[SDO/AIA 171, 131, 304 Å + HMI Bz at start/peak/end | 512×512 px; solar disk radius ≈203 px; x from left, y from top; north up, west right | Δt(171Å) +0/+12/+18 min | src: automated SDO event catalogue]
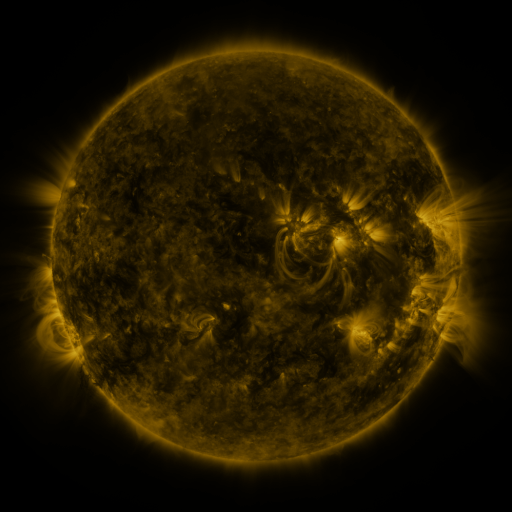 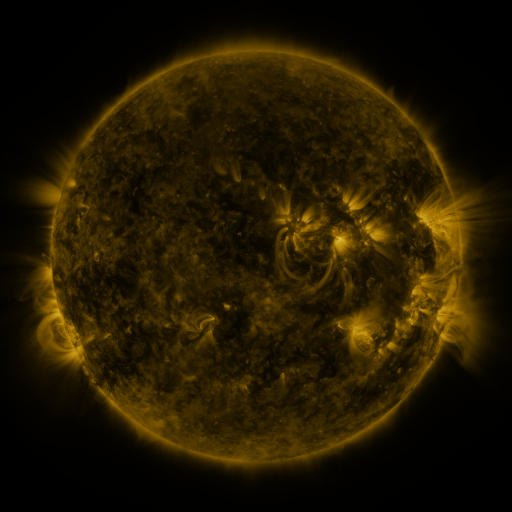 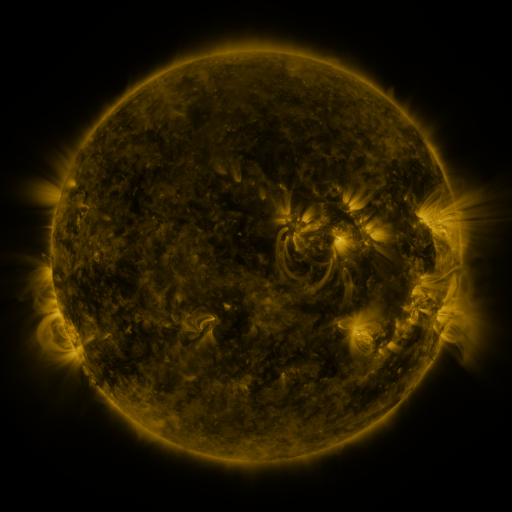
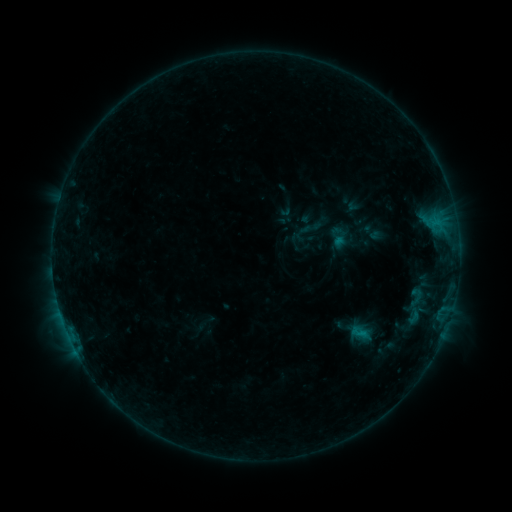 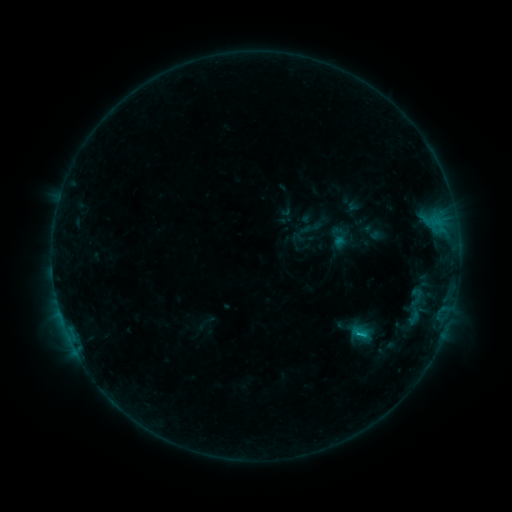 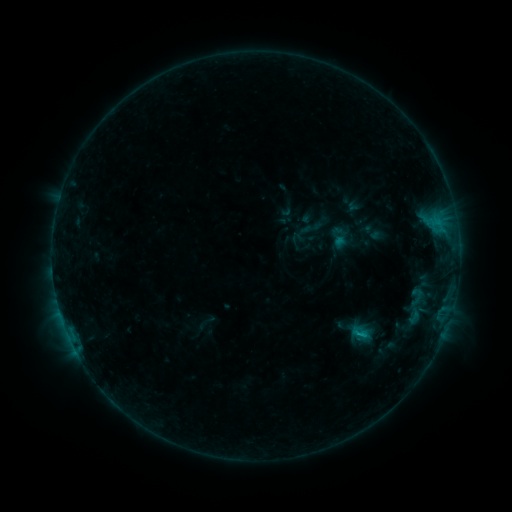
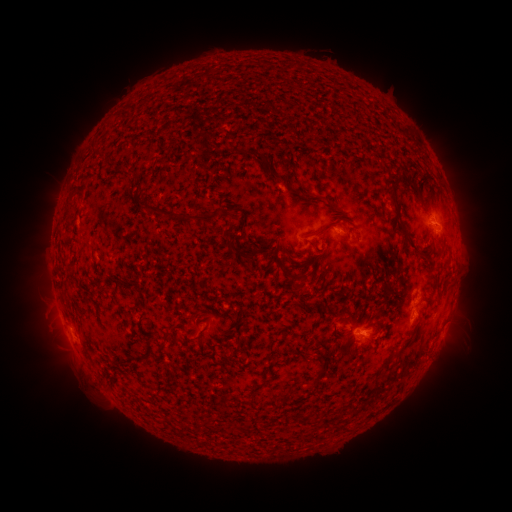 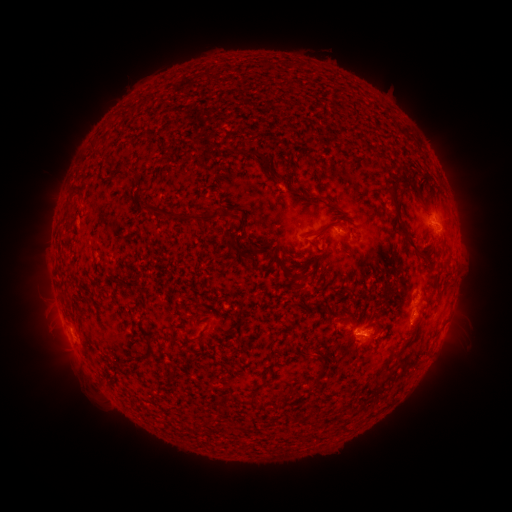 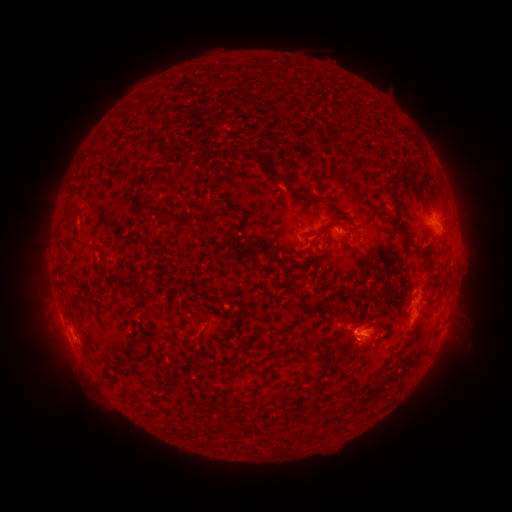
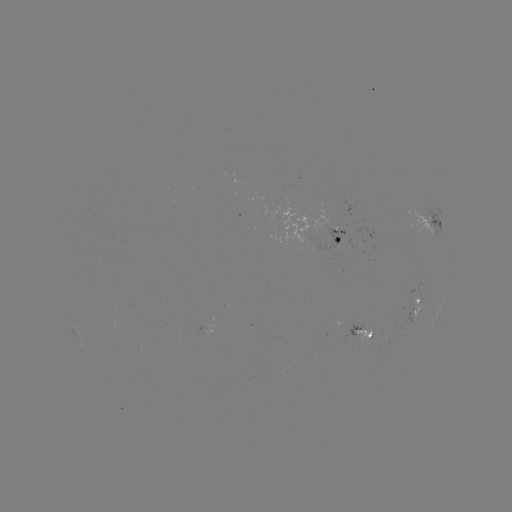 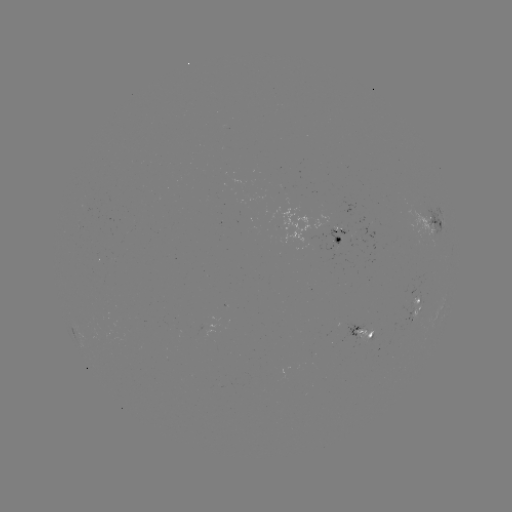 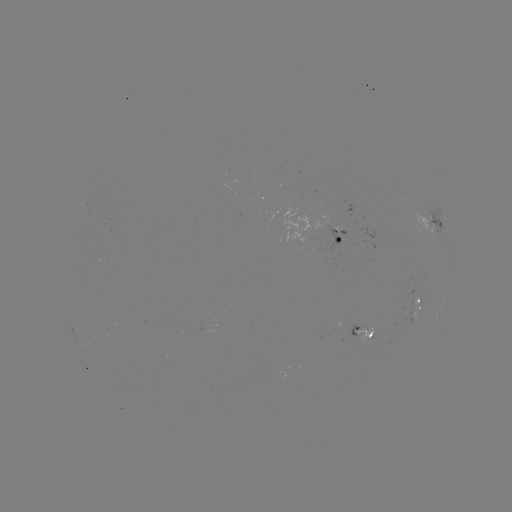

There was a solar flare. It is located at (359, 332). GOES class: B6.5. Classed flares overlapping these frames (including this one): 1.